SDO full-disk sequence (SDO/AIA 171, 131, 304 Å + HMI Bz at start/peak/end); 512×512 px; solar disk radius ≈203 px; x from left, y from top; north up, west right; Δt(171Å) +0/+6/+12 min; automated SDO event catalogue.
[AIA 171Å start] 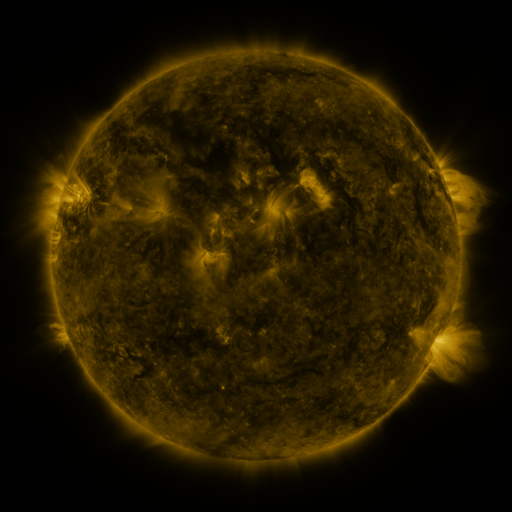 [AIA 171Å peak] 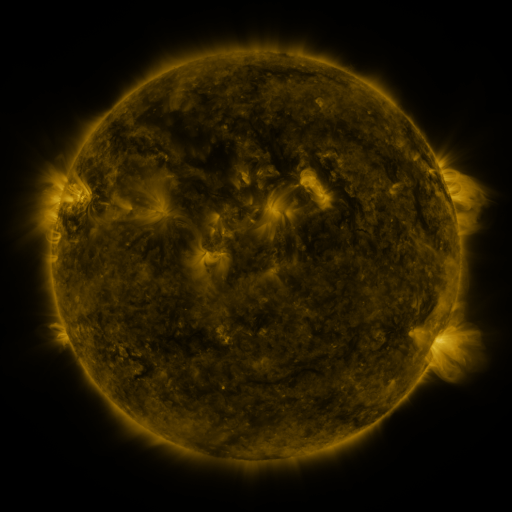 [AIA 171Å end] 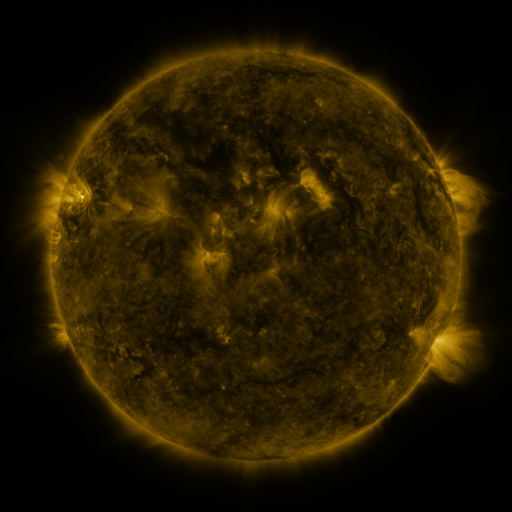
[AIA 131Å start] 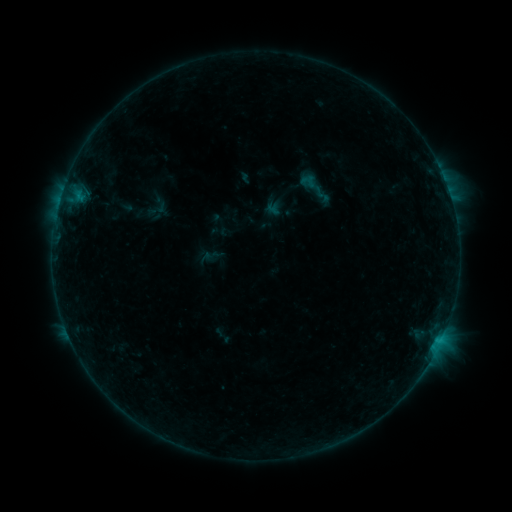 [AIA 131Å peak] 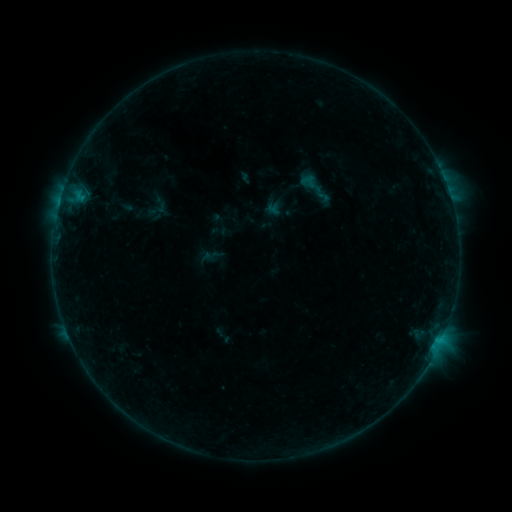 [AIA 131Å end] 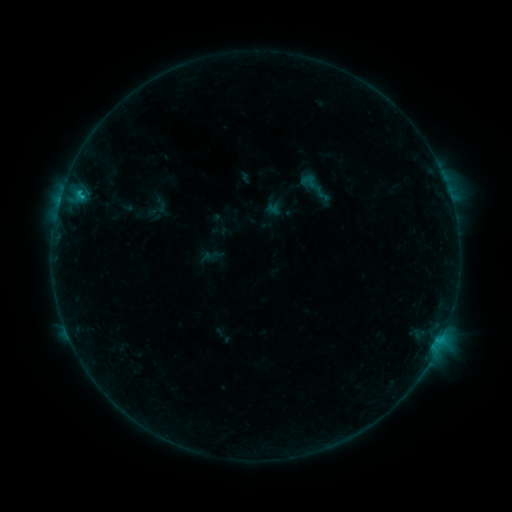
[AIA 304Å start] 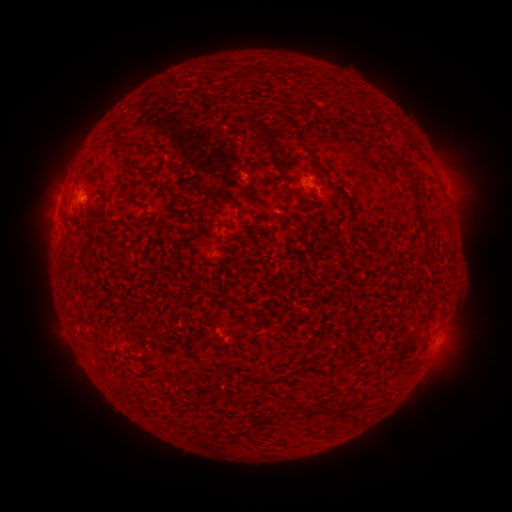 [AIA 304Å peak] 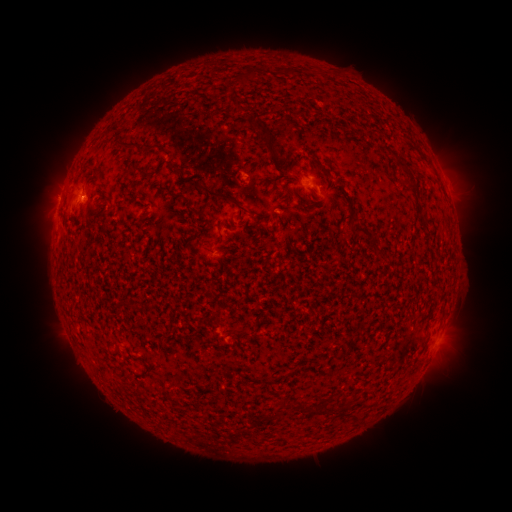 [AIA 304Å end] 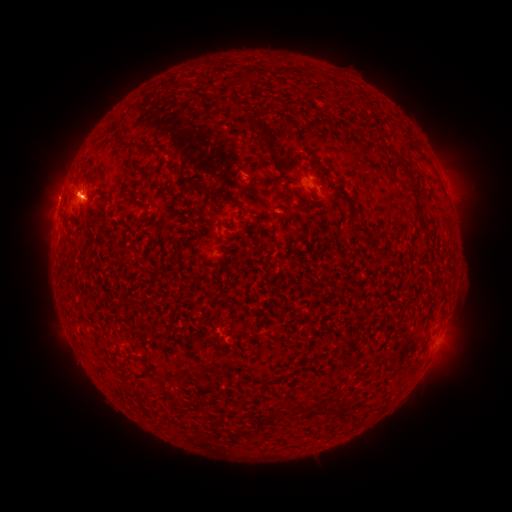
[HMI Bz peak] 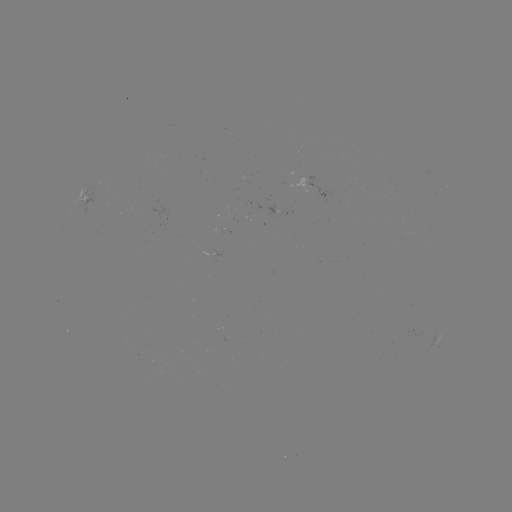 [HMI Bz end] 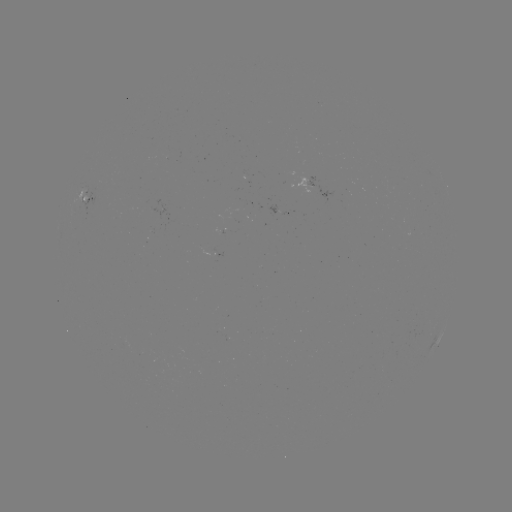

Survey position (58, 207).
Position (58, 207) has B6.1 flare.